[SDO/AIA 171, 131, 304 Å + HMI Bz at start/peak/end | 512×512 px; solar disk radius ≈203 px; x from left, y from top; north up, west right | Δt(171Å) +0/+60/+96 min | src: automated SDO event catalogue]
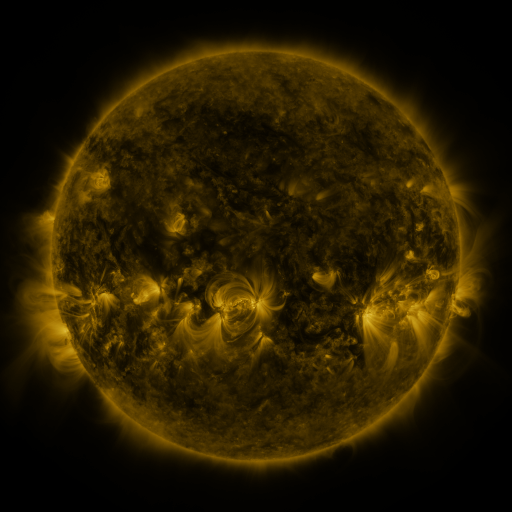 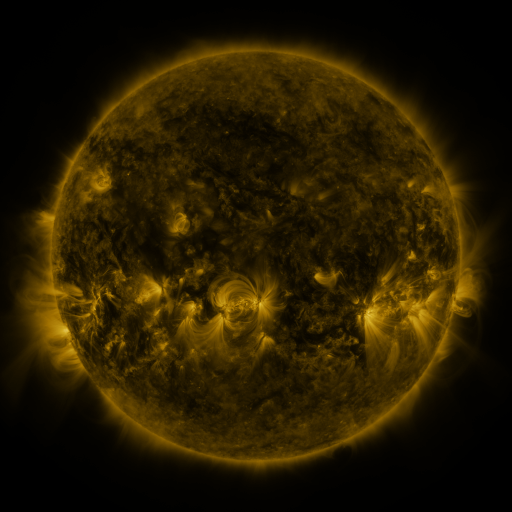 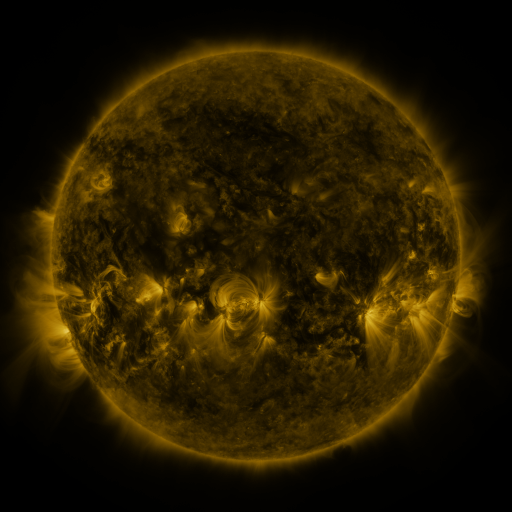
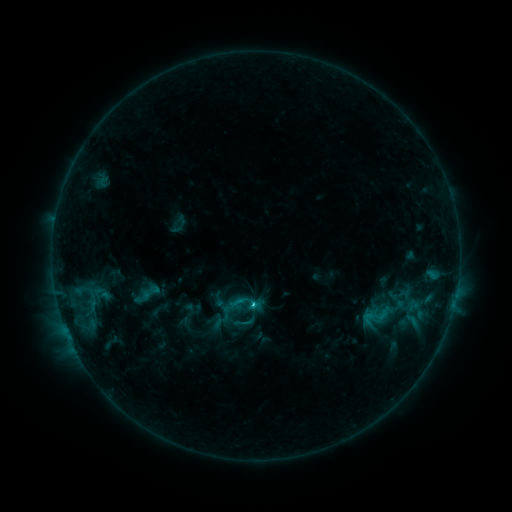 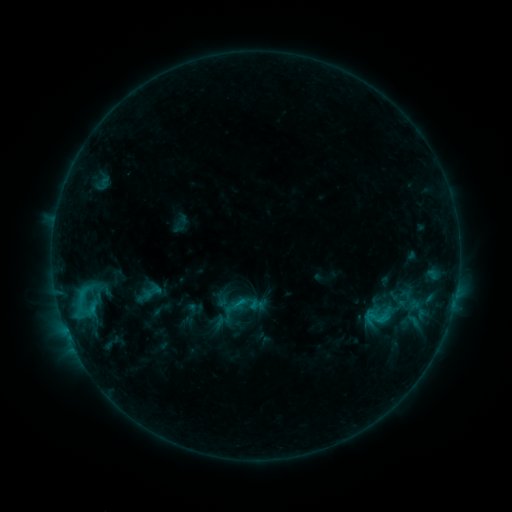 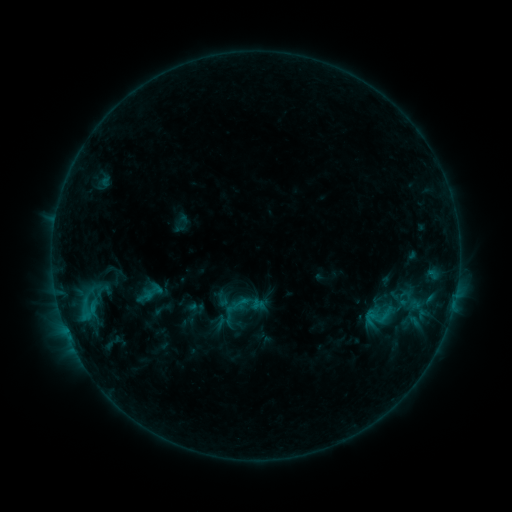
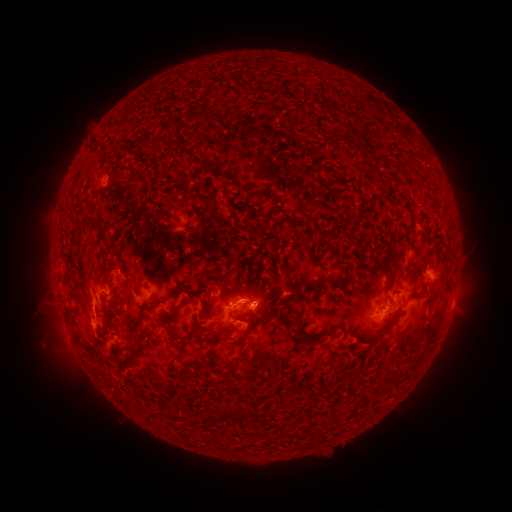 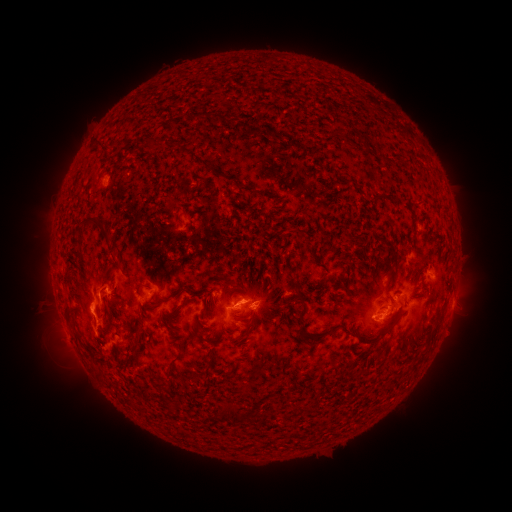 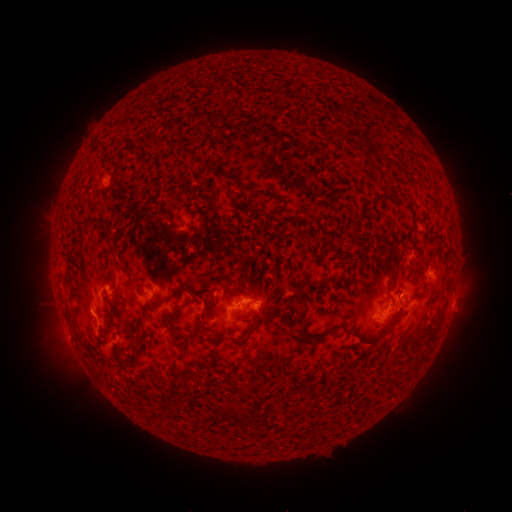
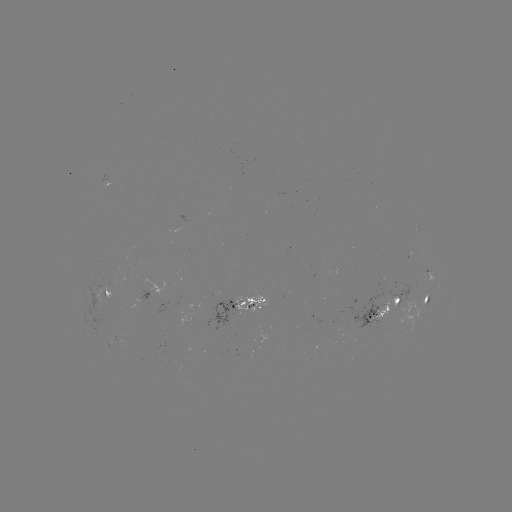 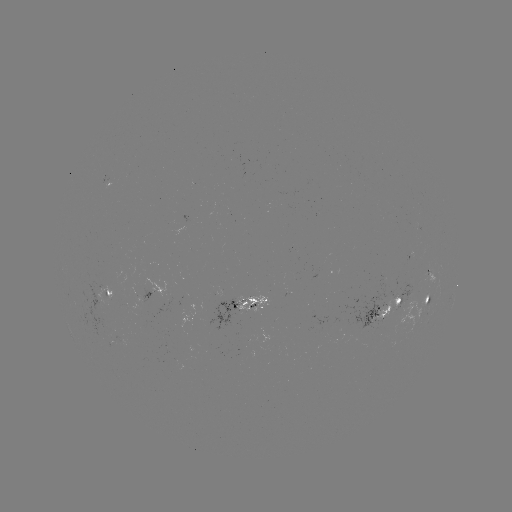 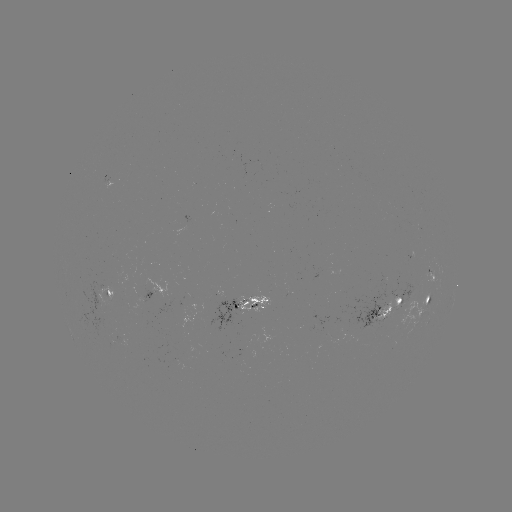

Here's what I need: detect emerging-flux region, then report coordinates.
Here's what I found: emerging-flux region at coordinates (174, 358).